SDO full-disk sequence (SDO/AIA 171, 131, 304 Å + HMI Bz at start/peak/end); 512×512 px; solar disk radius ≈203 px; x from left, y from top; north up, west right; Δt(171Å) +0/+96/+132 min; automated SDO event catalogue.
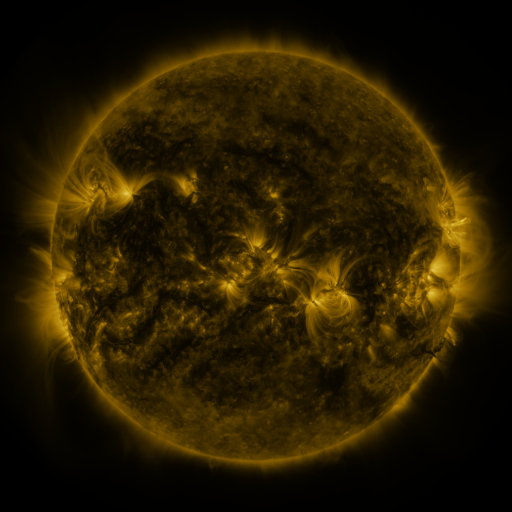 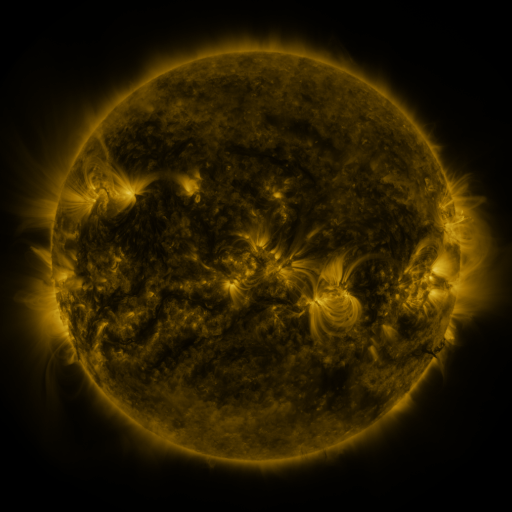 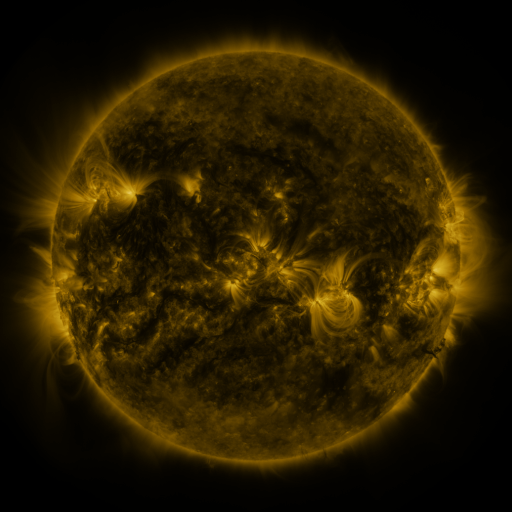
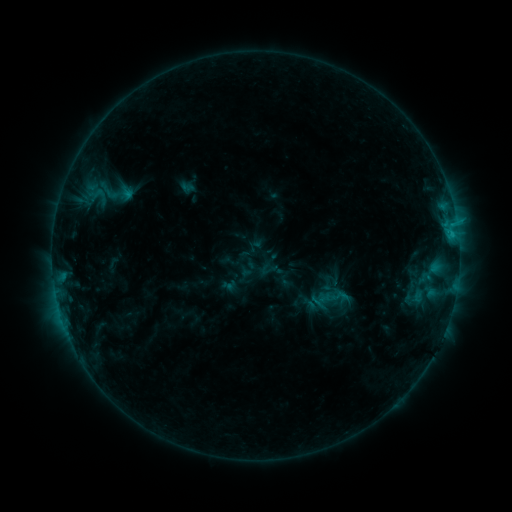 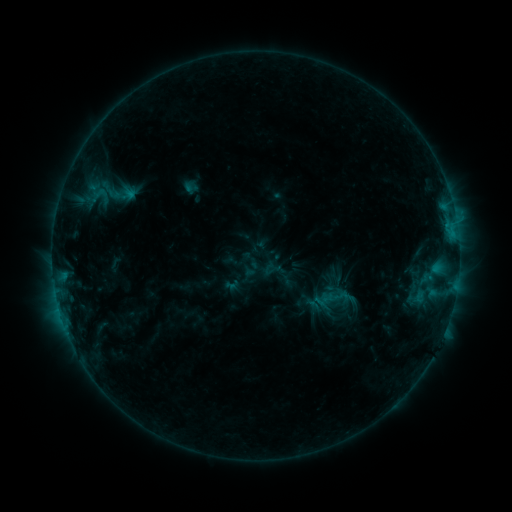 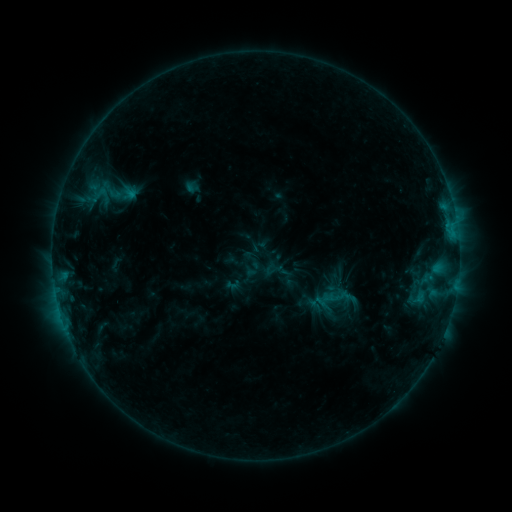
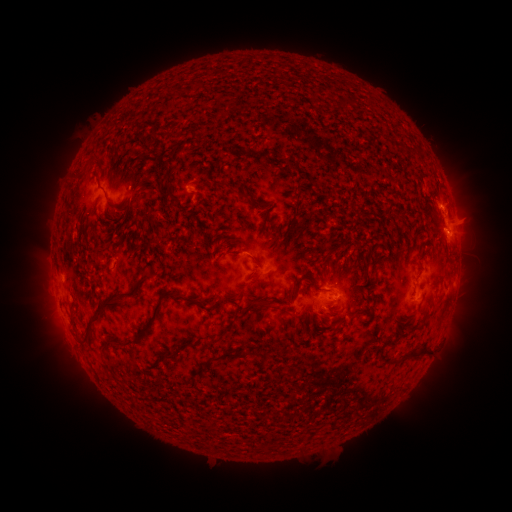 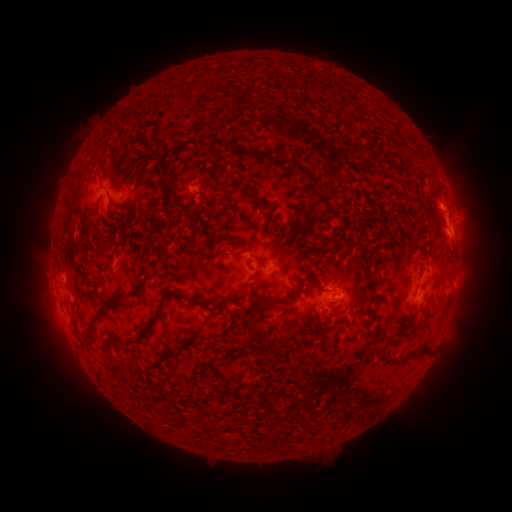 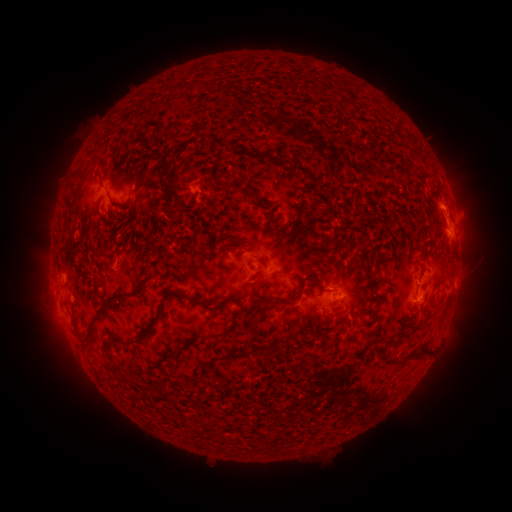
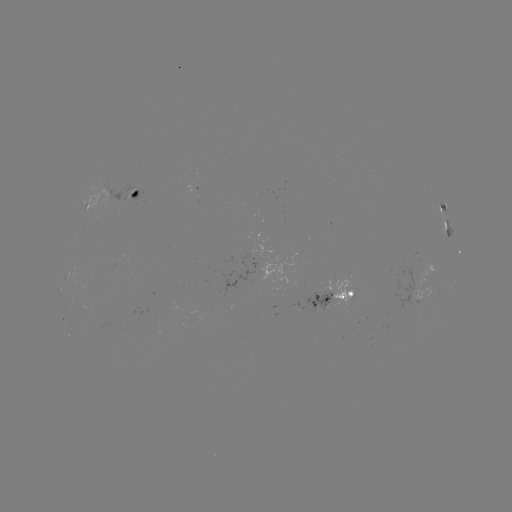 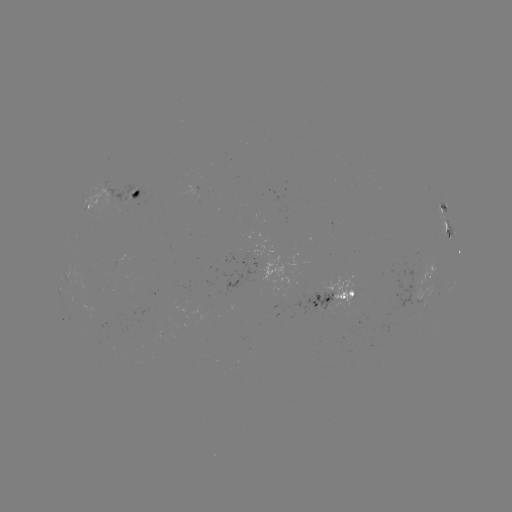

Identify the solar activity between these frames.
emerging-flux region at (121, 198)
